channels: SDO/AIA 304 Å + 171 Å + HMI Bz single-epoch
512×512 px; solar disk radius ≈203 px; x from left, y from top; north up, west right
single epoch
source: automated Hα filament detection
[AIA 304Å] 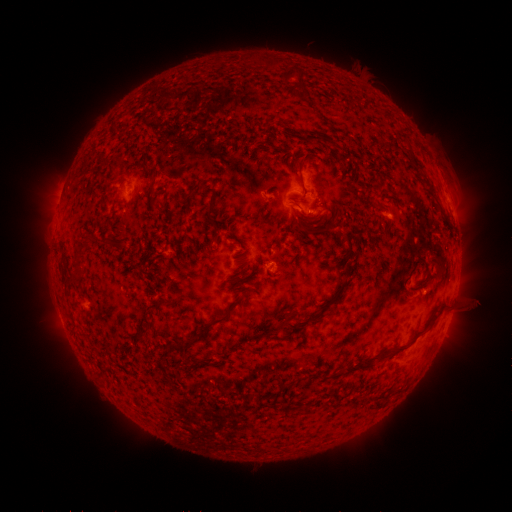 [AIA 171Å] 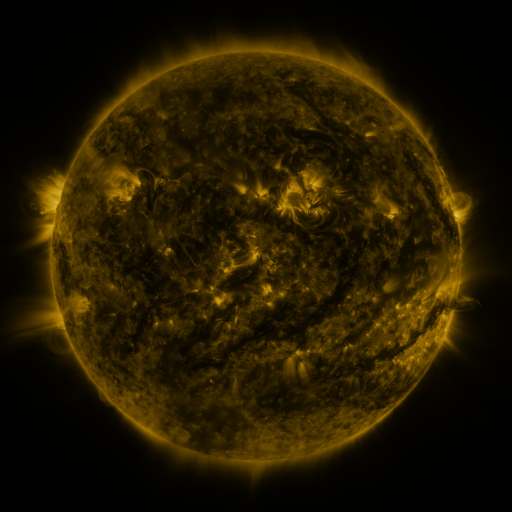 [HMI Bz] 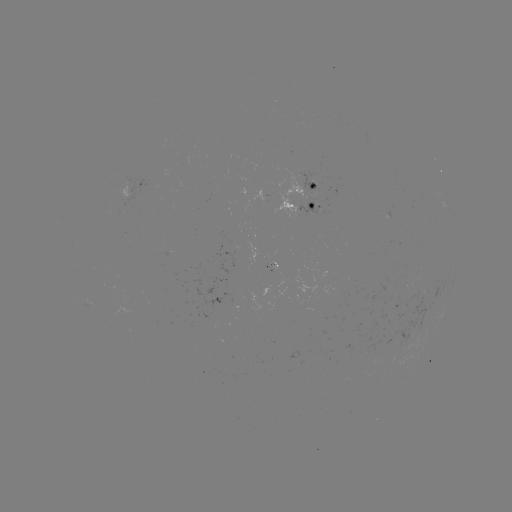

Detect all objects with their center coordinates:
filament: [284, 68, 303, 82]
filament: [409, 150, 420, 172]
filament: [297, 152, 315, 193]
filament: [190, 178, 205, 193]
filament: [205, 189, 217, 216]
filament: [288, 200, 298, 206]
filament: [442, 216, 450, 228]
filament: [211, 226, 219, 239]
filament: [343, 237, 354, 260]
filament: [412, 258, 425, 268]
filament: [344, 262, 354, 278]
filament: [332, 281, 345, 300]
filament: [209, 298, 242, 325]
filament: [318, 301, 330, 316]
filament: [434, 304, 446, 317]
filament: [278, 318, 290, 327]
filament: [140, 326, 149, 336]
filament: [186, 333, 195, 343]
filament: [394, 345, 407, 353]
filament: [373, 350, 388, 361]
filament: [342, 361, 372, 373]
filament: [326, 372, 341, 380]
